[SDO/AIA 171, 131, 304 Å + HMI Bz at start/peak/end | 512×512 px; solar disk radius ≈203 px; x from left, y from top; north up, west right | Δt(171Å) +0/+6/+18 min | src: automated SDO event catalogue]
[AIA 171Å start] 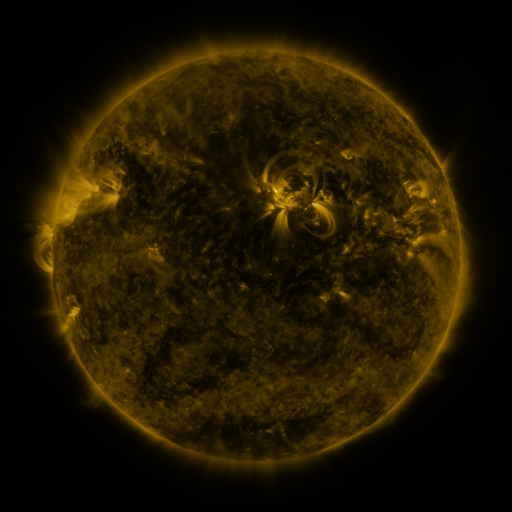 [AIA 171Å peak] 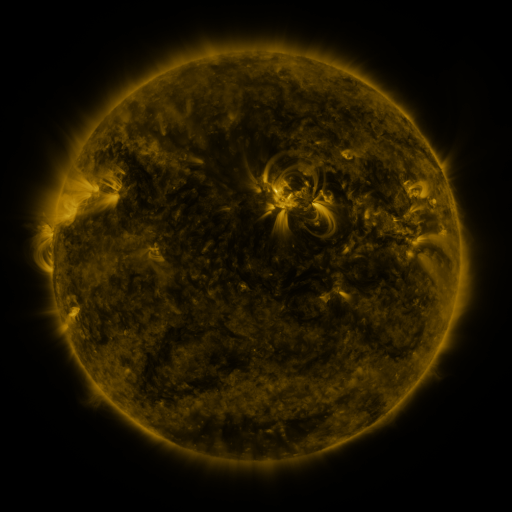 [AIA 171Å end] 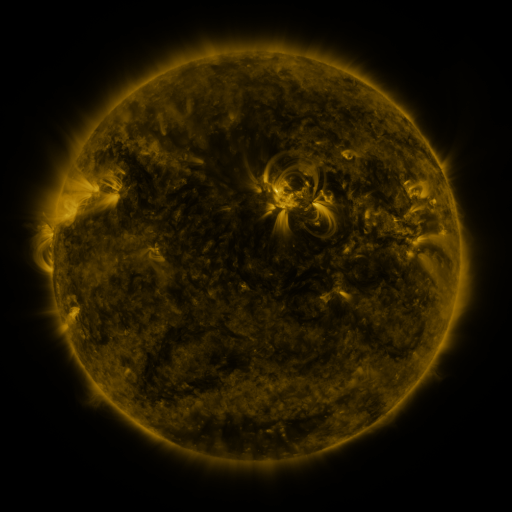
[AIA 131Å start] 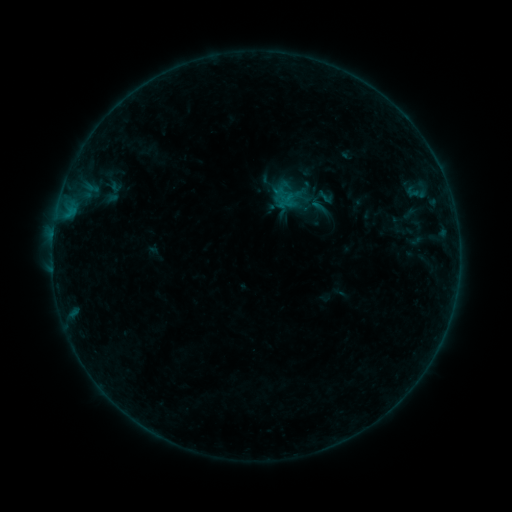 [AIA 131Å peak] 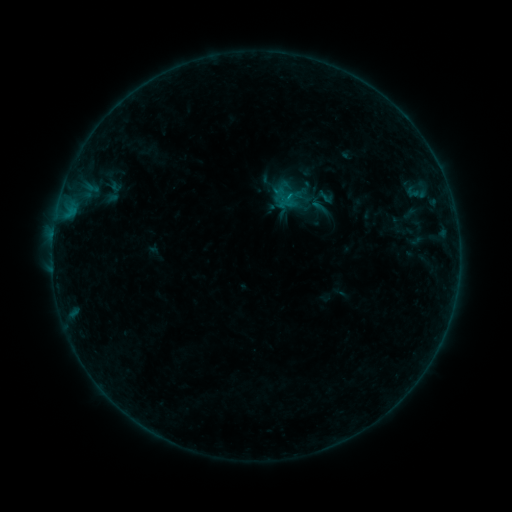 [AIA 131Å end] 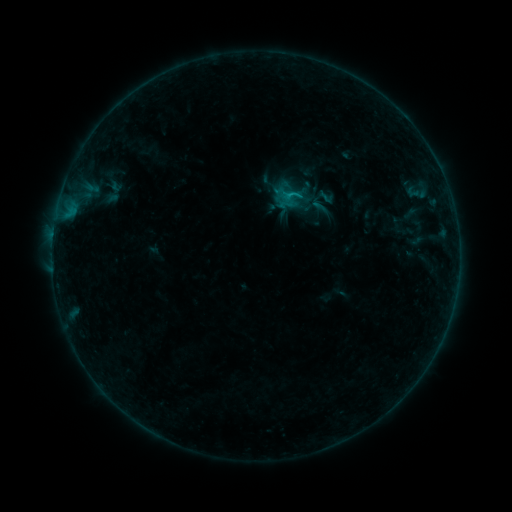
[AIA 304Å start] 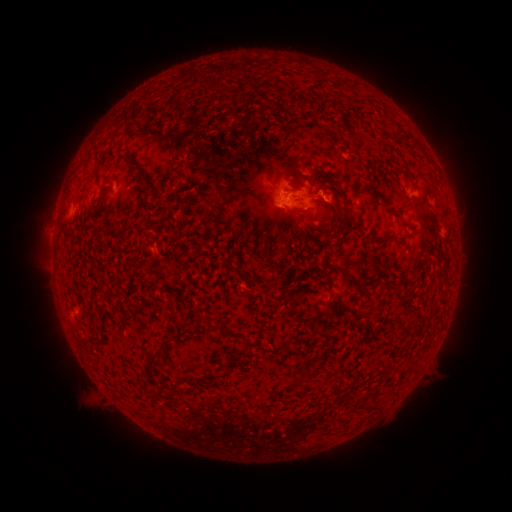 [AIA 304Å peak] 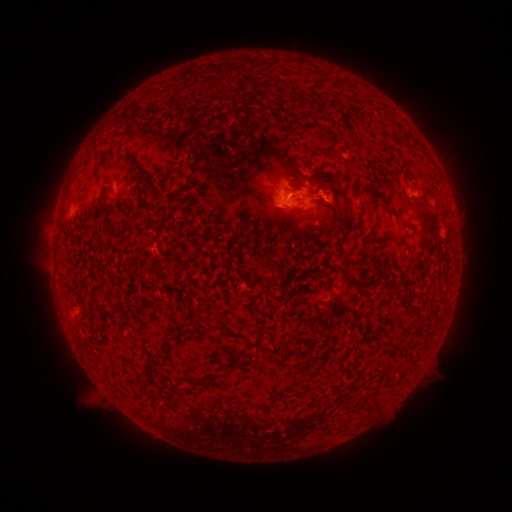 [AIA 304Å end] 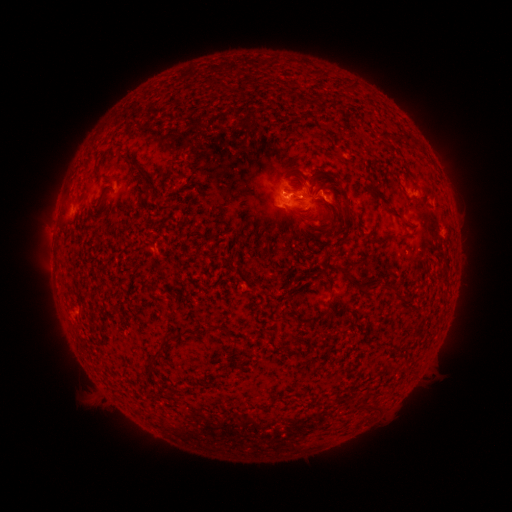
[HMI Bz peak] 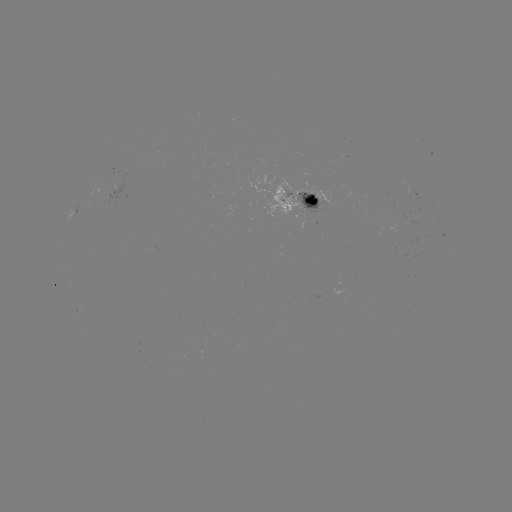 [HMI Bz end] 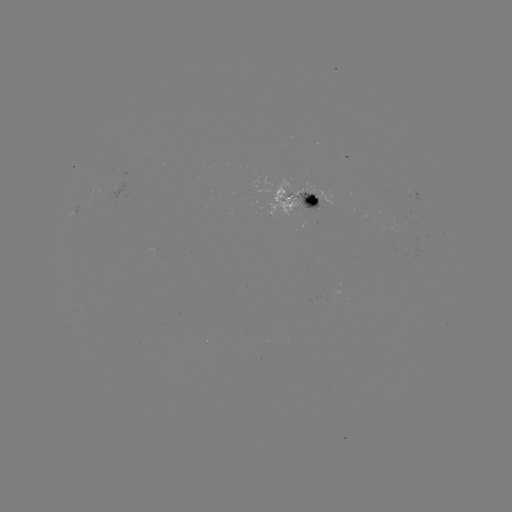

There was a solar flare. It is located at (287, 198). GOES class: B7.6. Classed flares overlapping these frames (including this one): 1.